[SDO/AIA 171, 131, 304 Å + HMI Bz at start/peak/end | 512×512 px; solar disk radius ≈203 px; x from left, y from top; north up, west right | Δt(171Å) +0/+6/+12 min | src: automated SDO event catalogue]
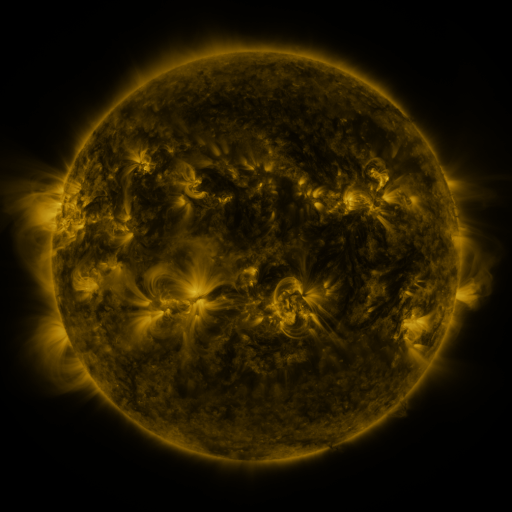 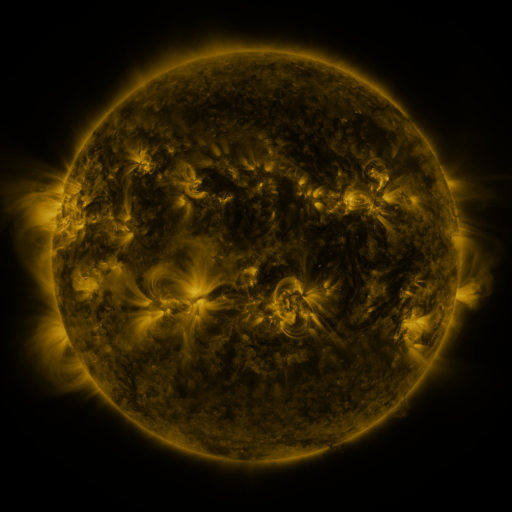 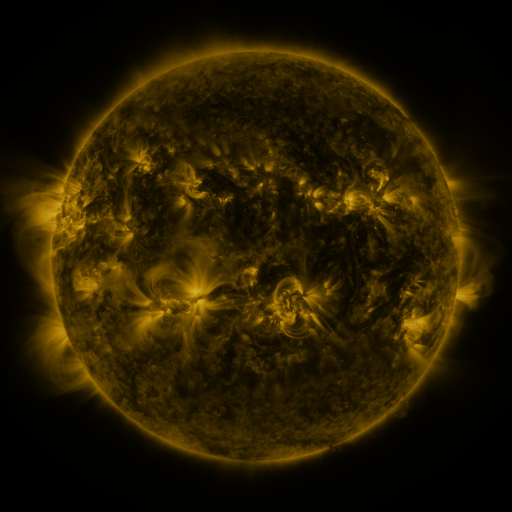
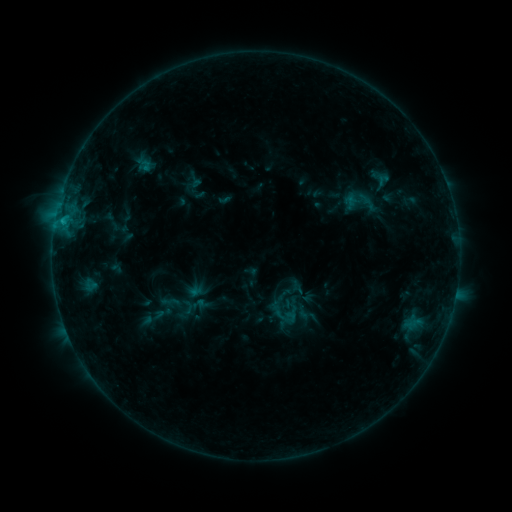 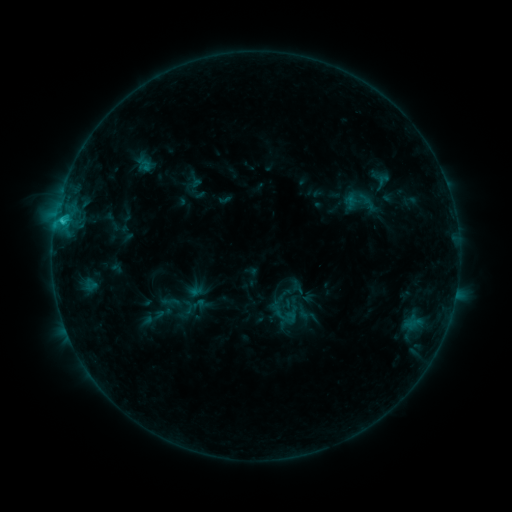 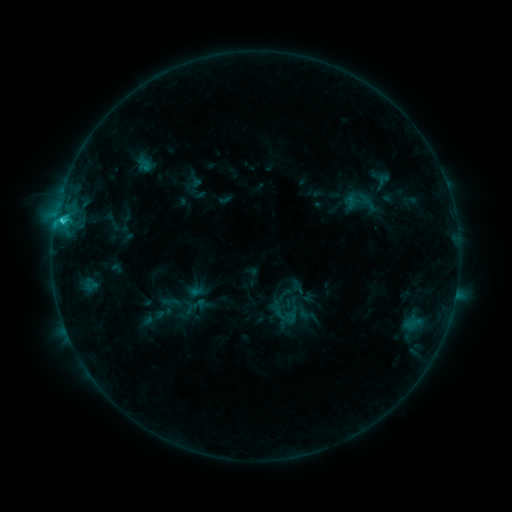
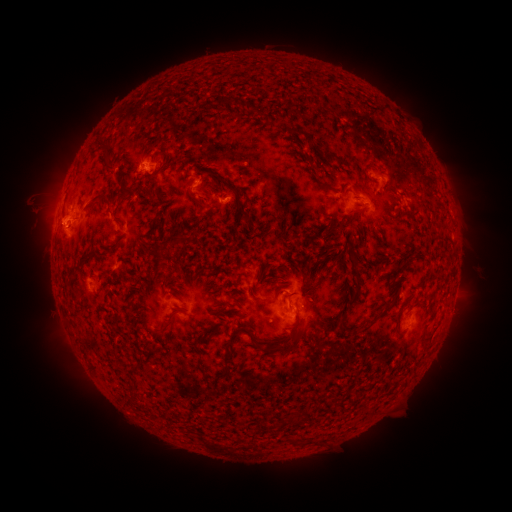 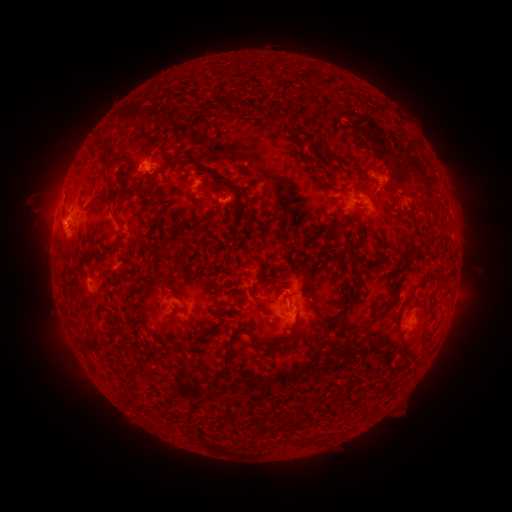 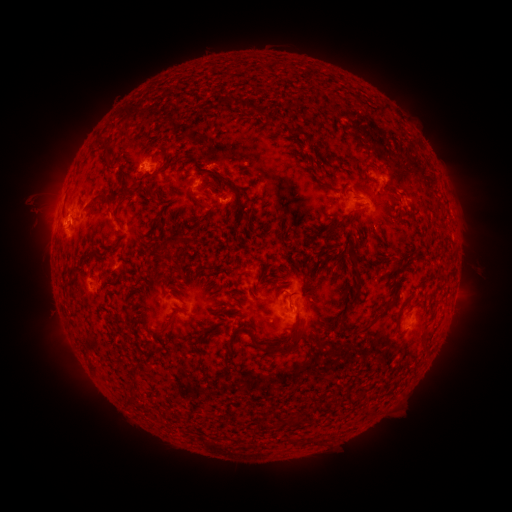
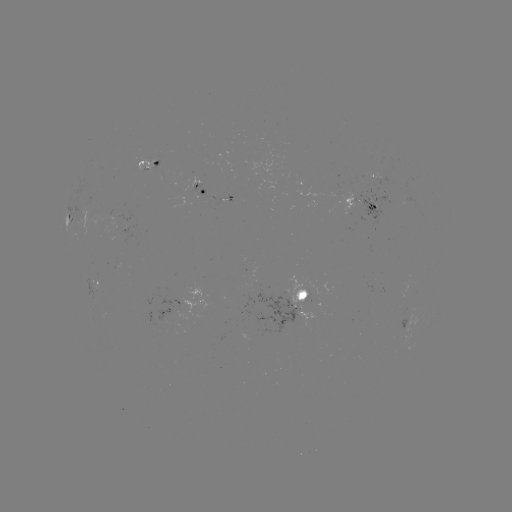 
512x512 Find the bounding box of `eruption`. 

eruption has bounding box [26, 202, 73, 247].